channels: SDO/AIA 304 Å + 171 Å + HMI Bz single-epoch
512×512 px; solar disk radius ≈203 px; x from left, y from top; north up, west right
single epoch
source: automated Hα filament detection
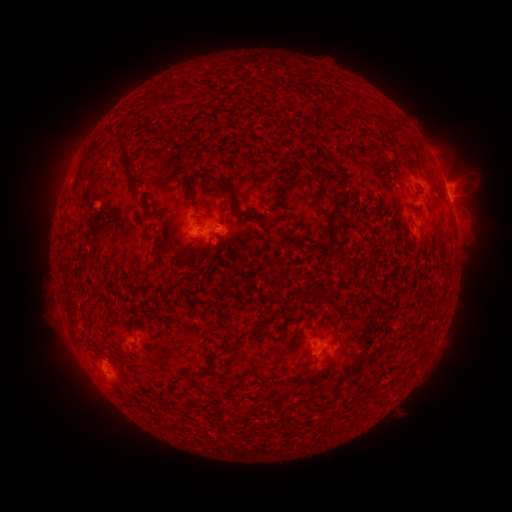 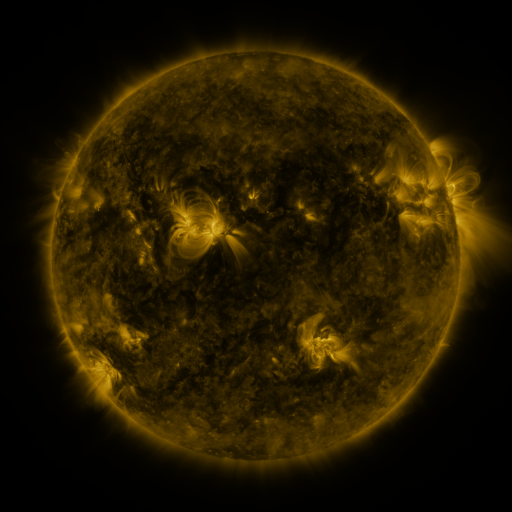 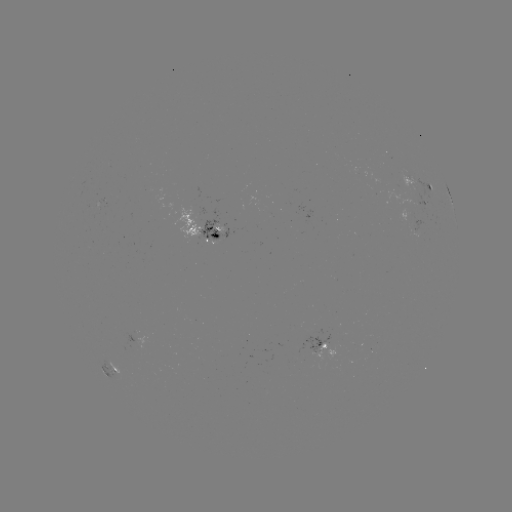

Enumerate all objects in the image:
filament: (356, 117)
filament: (319, 170)
filament: (128, 171)
filament: (333, 178)
filament: (241, 214)
filament: (332, 217)
filament: (215, 236)
filament: (337, 242)
filament: (419, 245)
filament: (213, 248)
filament: (189, 254)
filament: (213, 270)
filament: (280, 270)
filament: (154, 288)
filament: (316, 296)
filament: (244, 335)
filament: (210, 364)
